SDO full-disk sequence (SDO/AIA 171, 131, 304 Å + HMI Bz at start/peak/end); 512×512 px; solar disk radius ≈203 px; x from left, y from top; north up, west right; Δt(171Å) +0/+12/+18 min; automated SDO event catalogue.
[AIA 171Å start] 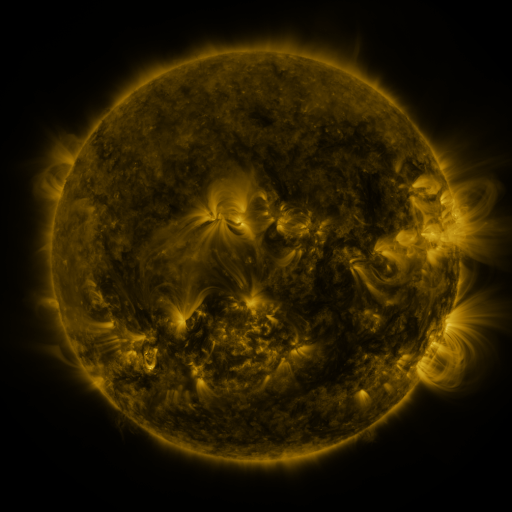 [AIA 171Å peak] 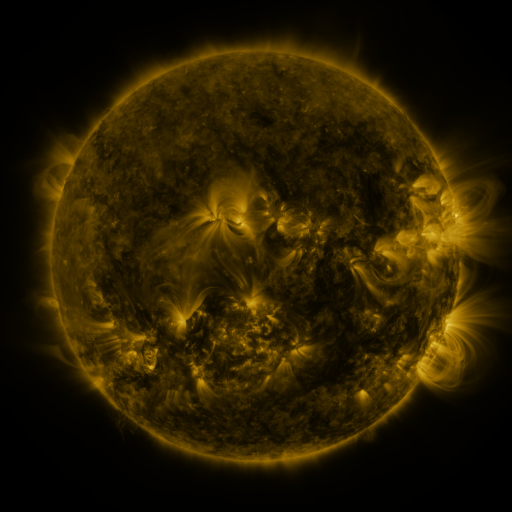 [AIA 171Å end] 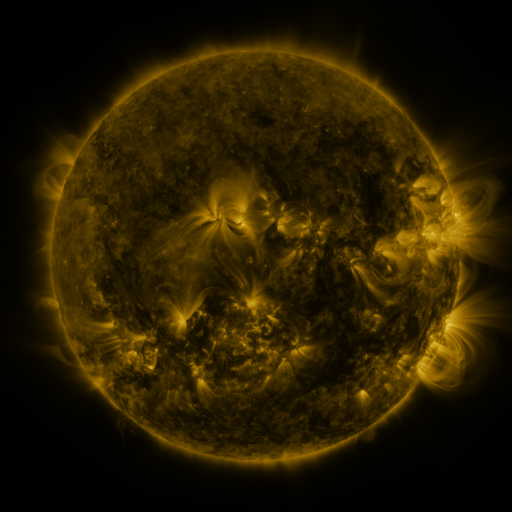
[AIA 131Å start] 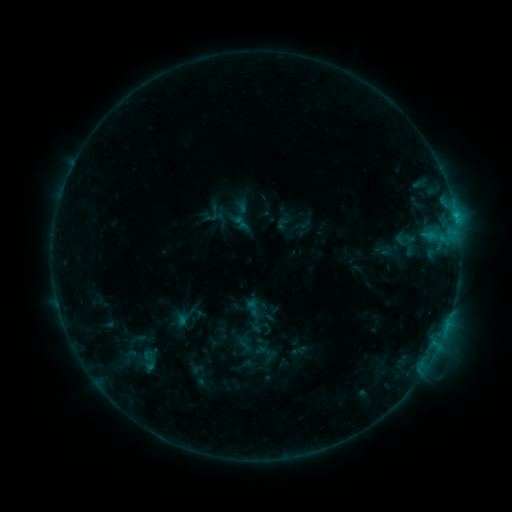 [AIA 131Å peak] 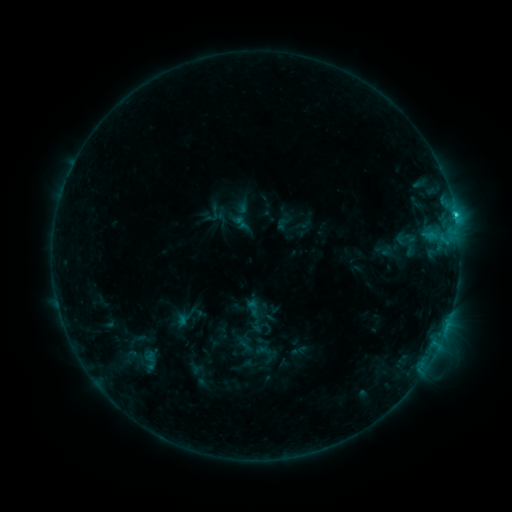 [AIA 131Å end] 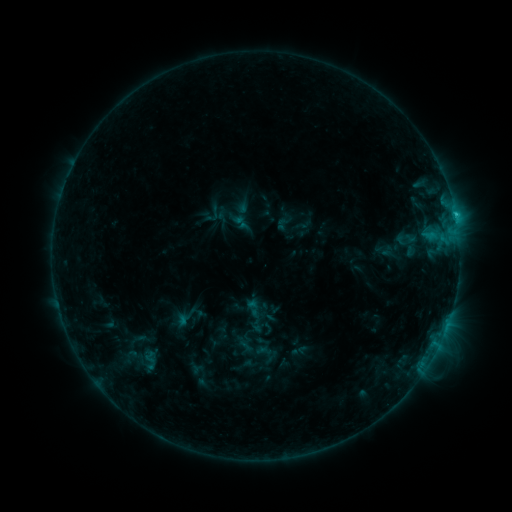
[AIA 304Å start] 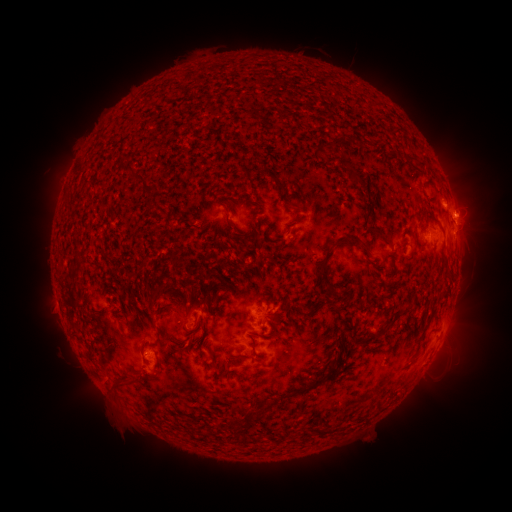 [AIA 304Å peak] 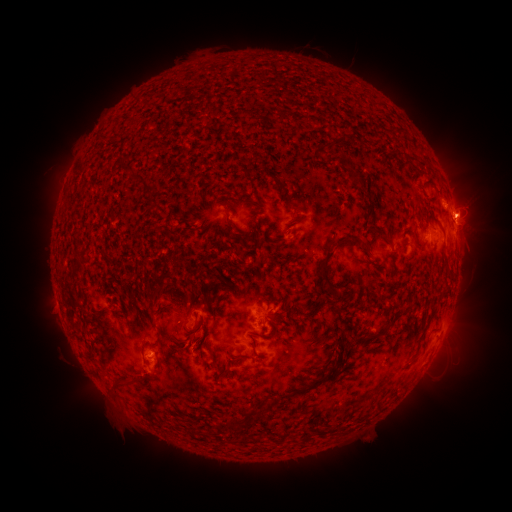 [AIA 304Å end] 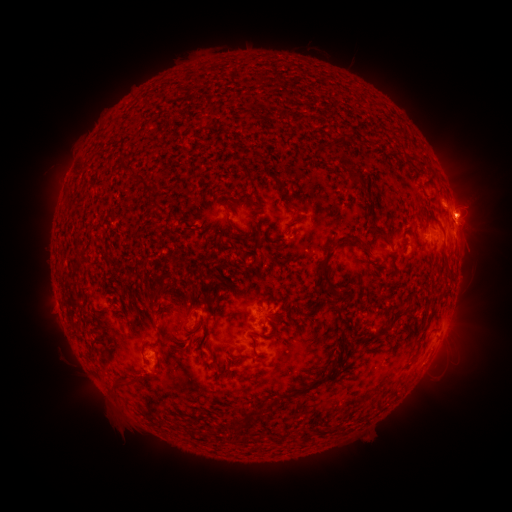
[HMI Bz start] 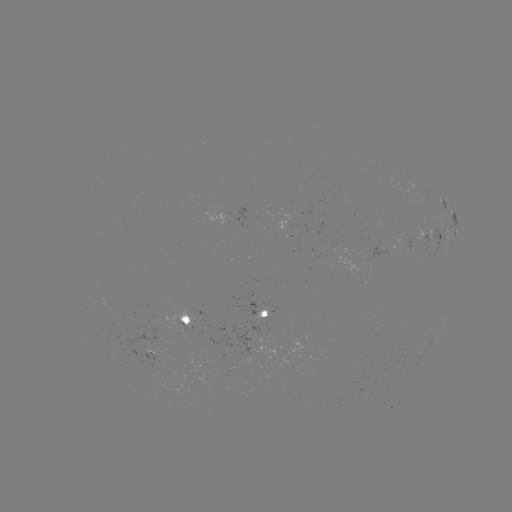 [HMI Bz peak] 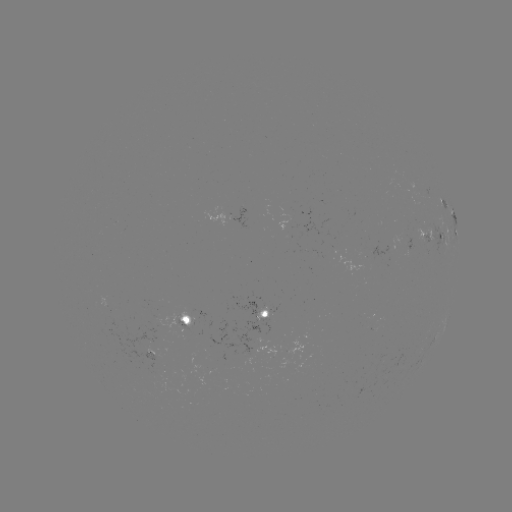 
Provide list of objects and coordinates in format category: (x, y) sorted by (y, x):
C2.5 flare: (455, 218)
